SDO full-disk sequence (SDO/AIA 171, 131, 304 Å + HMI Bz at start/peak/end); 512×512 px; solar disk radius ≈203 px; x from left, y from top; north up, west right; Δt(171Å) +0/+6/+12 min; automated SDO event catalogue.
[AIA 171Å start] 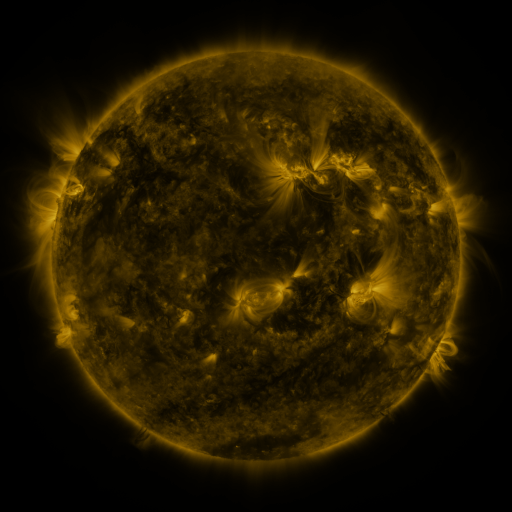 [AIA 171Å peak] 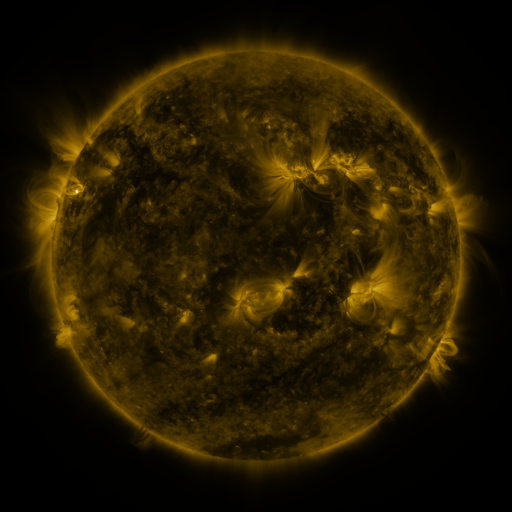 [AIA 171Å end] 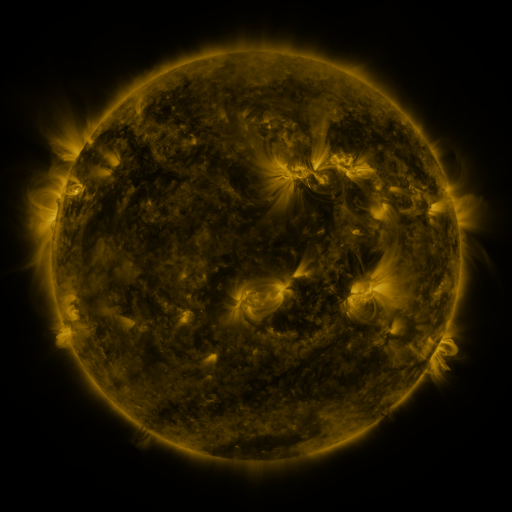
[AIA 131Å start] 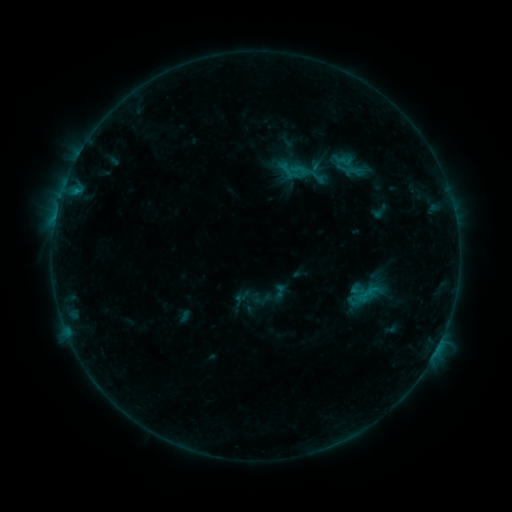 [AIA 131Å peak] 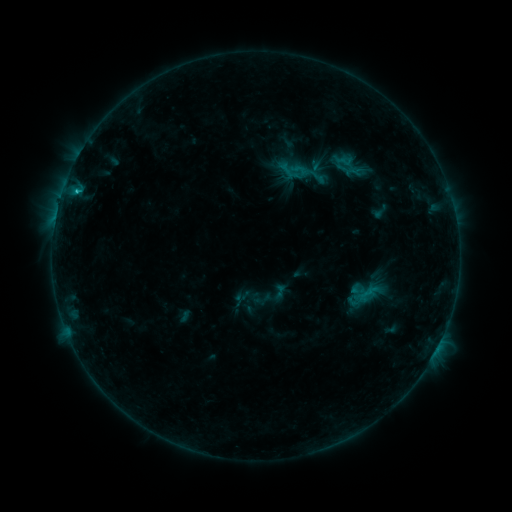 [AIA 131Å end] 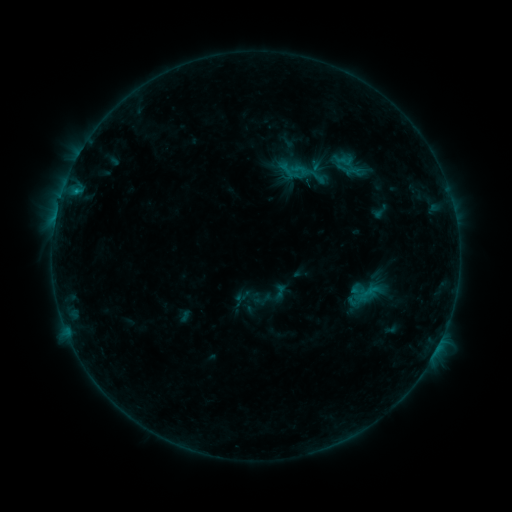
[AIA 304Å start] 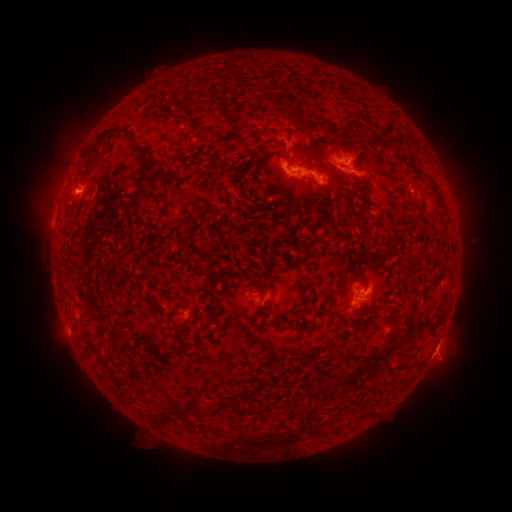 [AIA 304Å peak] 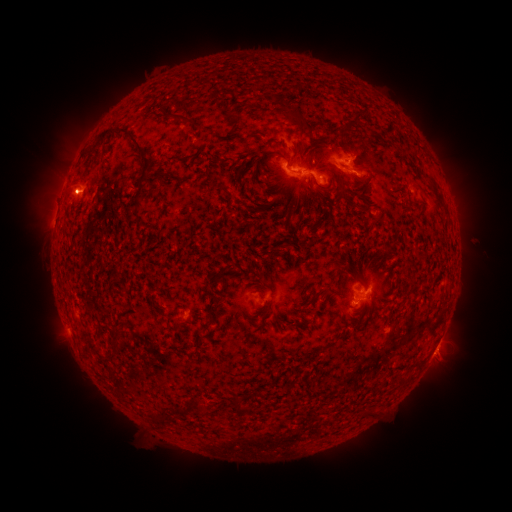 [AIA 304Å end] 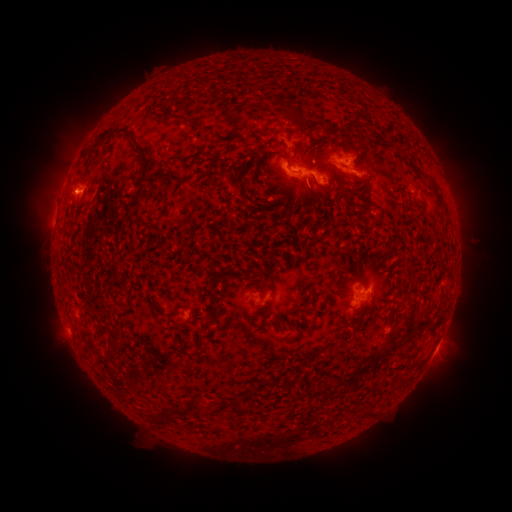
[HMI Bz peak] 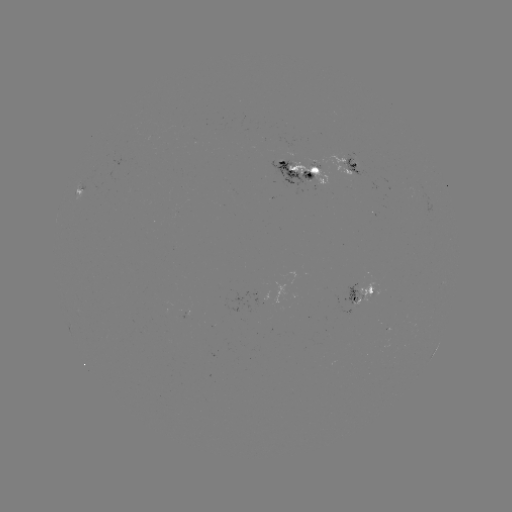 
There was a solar flare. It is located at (77, 193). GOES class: C1.1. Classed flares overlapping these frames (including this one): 1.